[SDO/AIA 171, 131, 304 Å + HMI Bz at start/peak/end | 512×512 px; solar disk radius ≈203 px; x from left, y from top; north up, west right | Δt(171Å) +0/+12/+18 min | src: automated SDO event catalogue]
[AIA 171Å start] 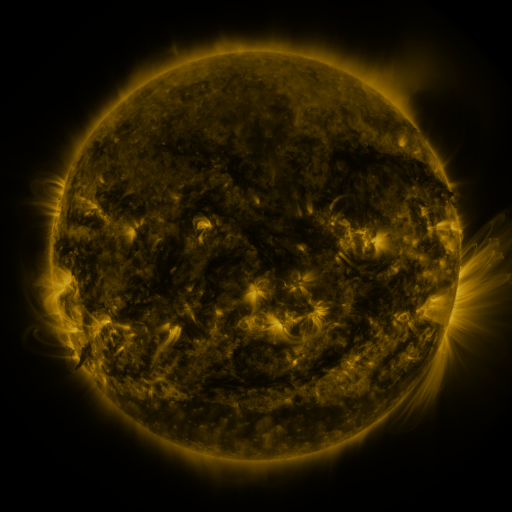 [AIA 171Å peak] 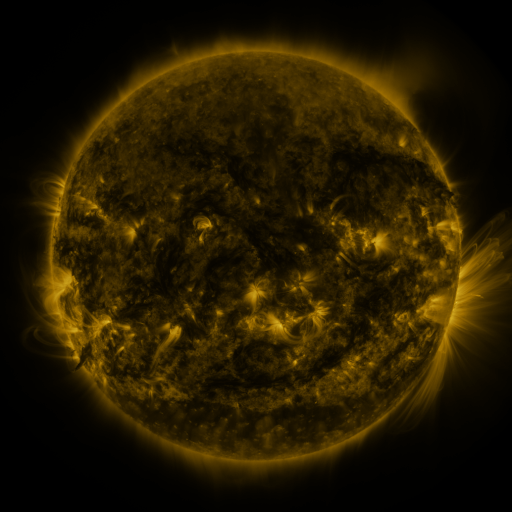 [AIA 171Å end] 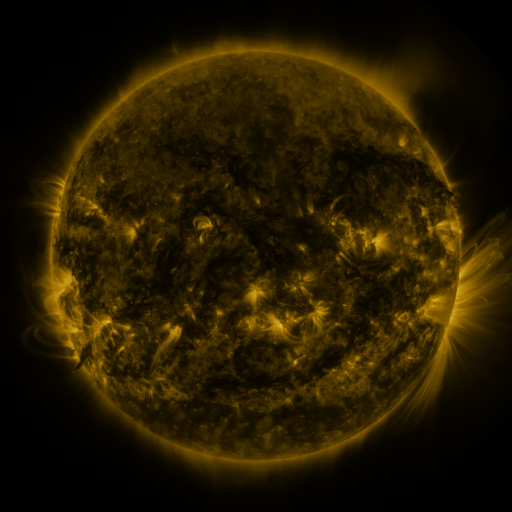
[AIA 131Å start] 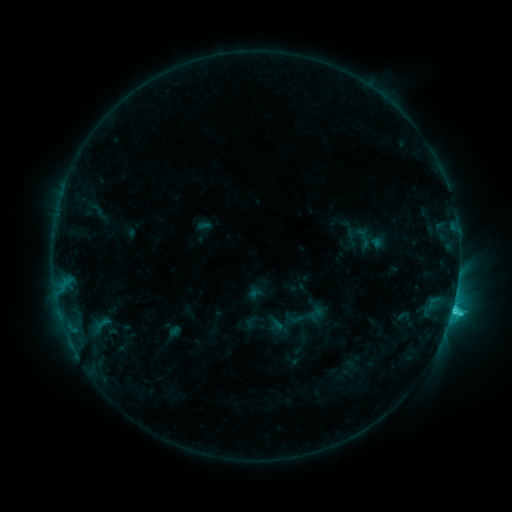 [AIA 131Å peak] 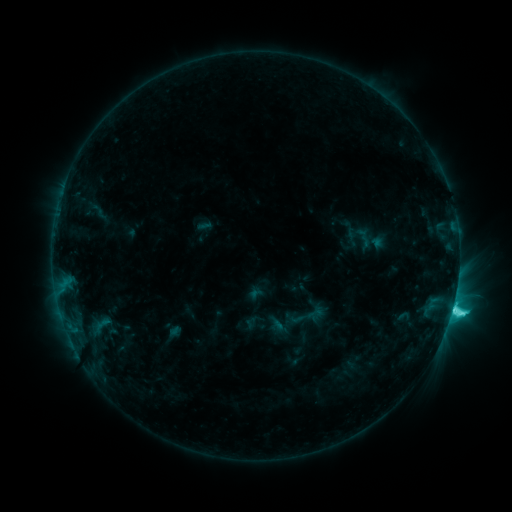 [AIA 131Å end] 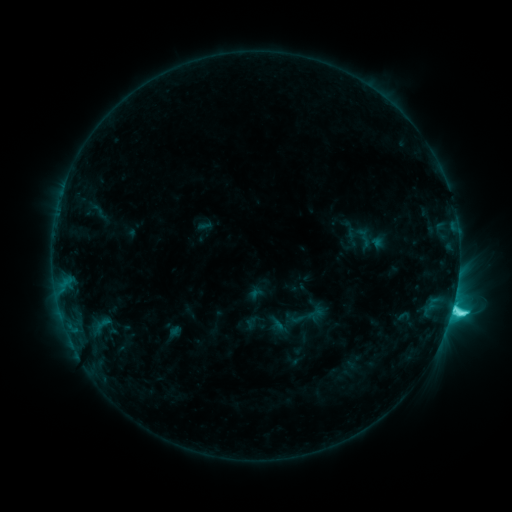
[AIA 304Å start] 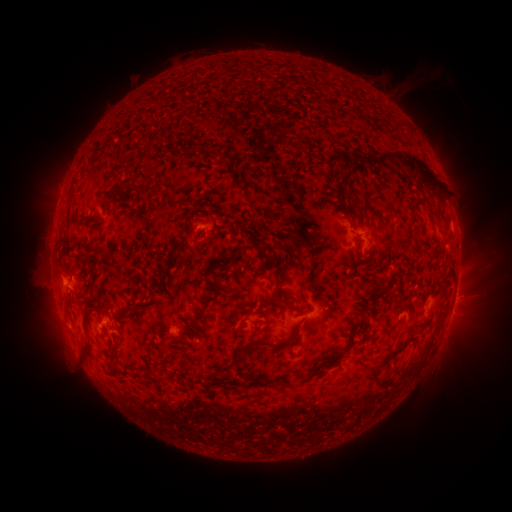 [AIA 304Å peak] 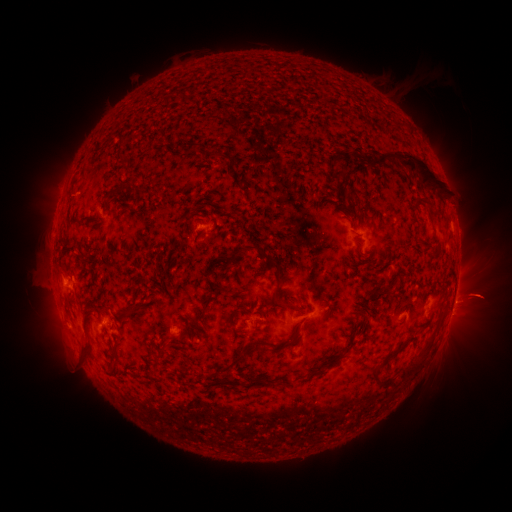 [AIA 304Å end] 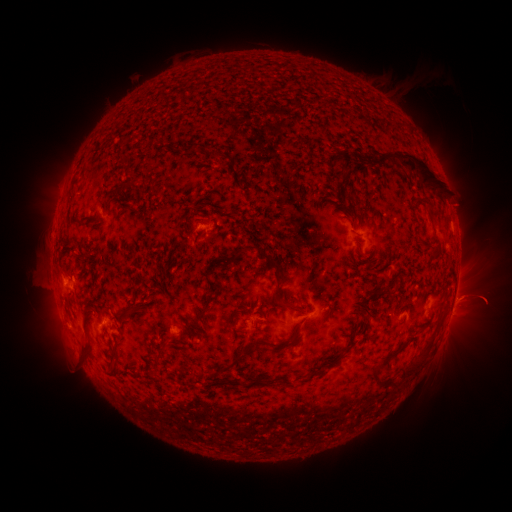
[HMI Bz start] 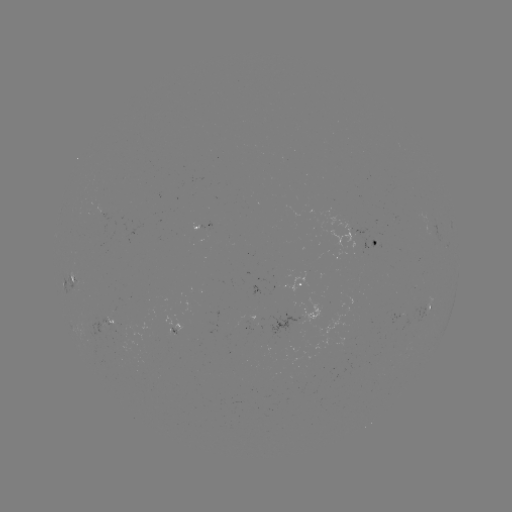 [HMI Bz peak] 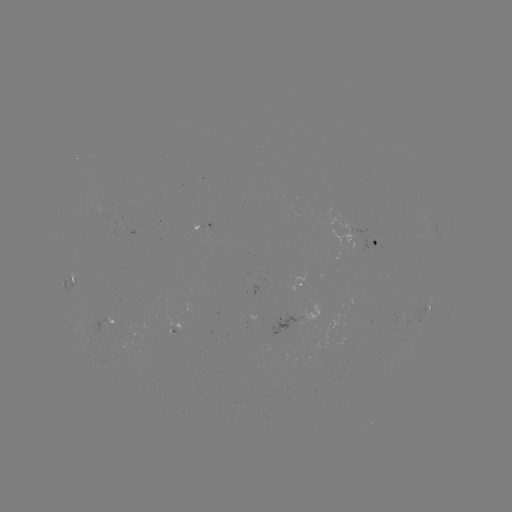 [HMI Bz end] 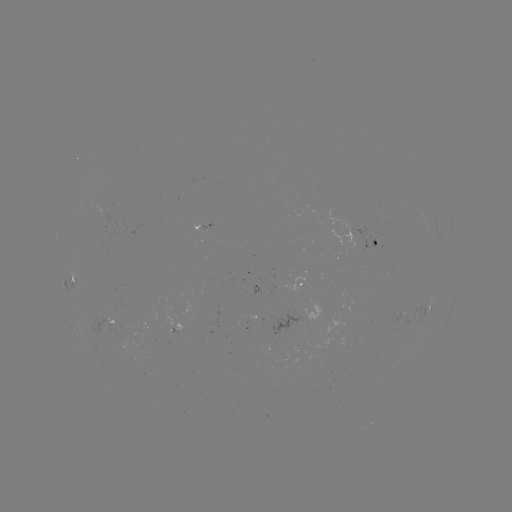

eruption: (433, 267, 511, 328)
